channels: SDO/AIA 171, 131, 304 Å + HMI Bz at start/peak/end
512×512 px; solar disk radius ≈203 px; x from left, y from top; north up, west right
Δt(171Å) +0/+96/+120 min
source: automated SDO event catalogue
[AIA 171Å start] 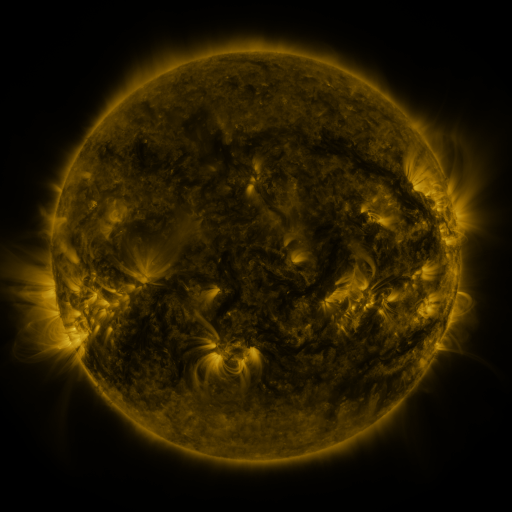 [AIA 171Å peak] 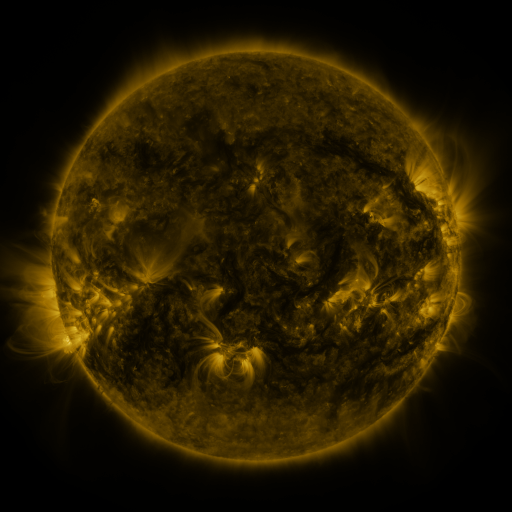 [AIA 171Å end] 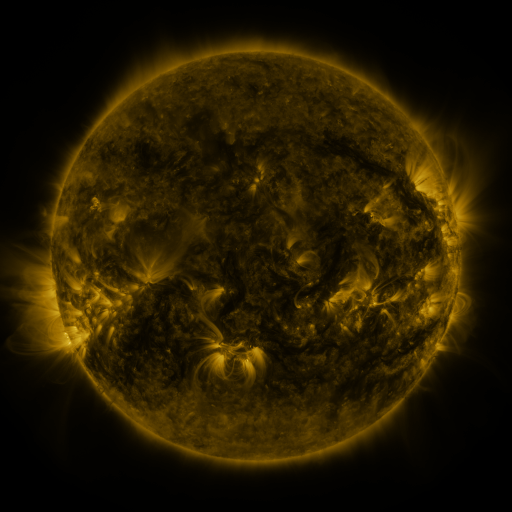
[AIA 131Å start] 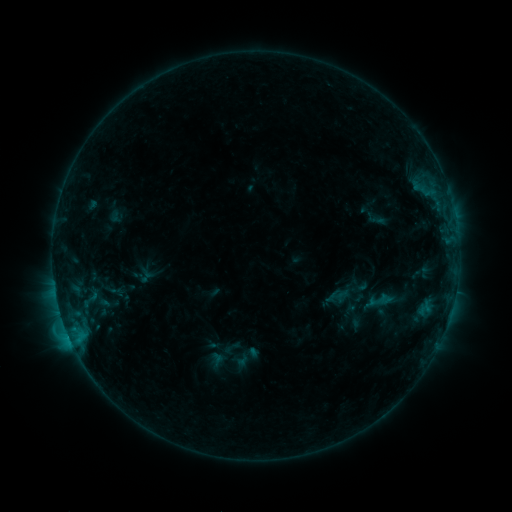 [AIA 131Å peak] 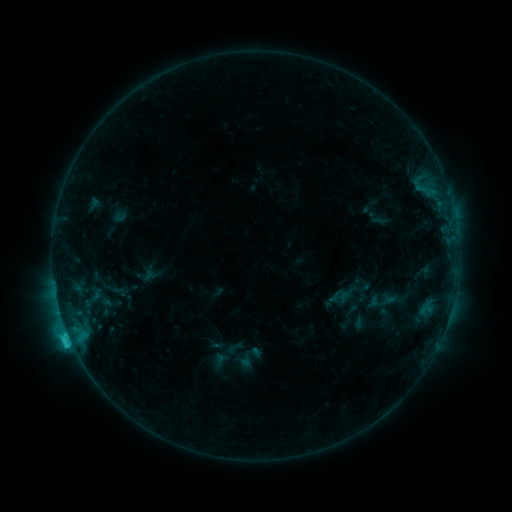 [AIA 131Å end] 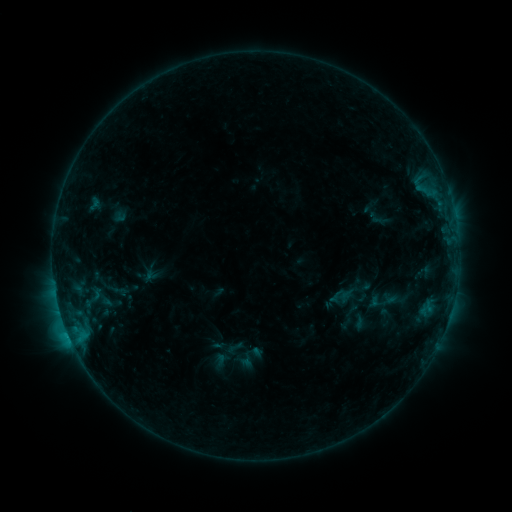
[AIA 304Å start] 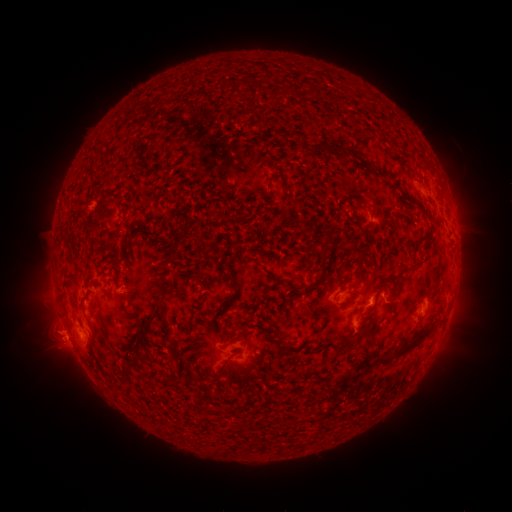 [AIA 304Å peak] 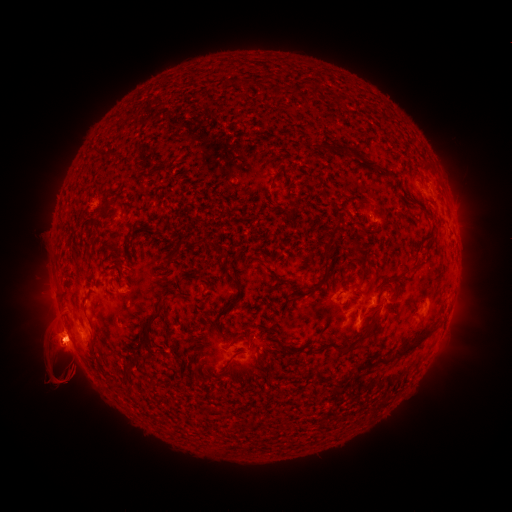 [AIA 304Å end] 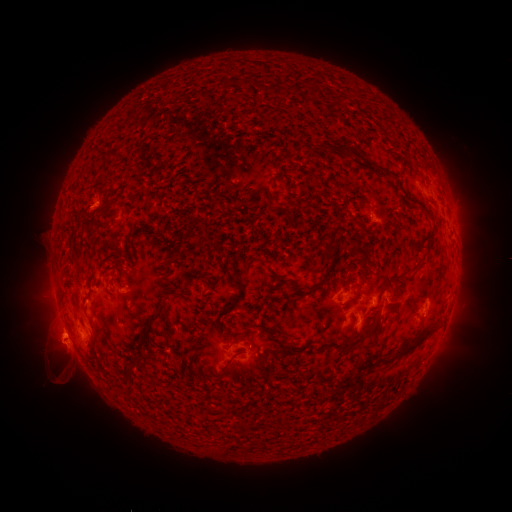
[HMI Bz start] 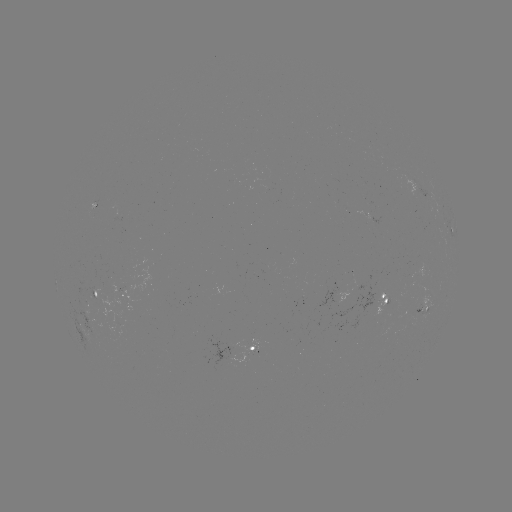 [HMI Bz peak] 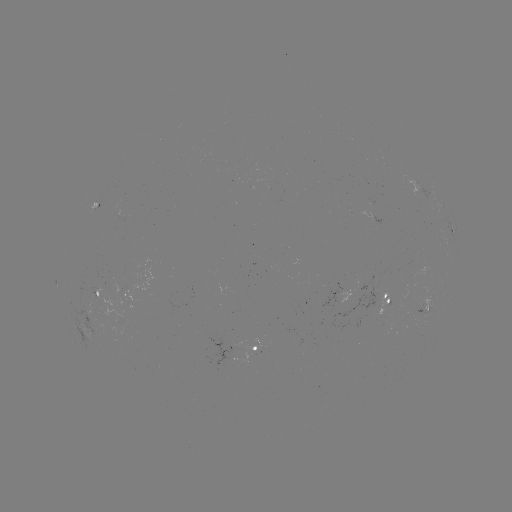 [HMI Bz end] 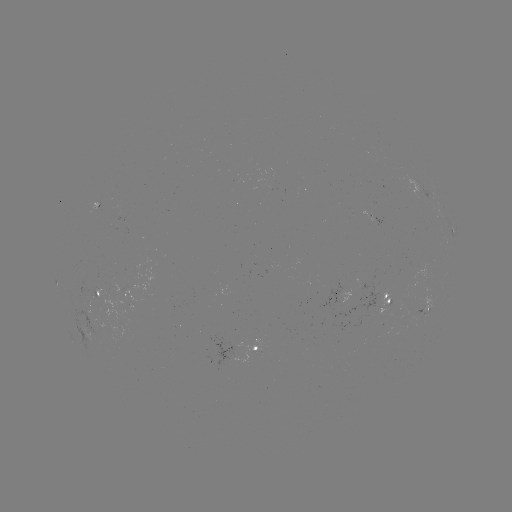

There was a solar emerging-flux region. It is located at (98, 205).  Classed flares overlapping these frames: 2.